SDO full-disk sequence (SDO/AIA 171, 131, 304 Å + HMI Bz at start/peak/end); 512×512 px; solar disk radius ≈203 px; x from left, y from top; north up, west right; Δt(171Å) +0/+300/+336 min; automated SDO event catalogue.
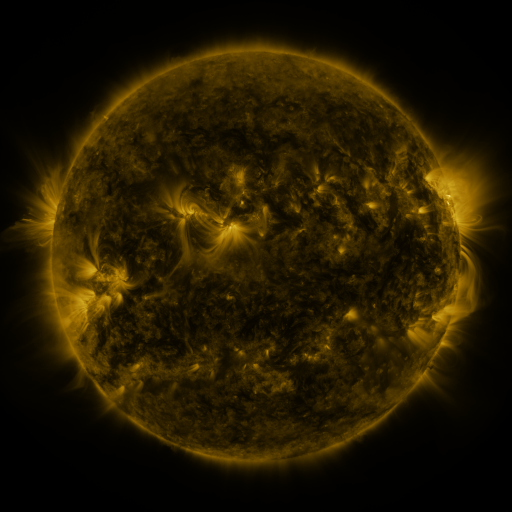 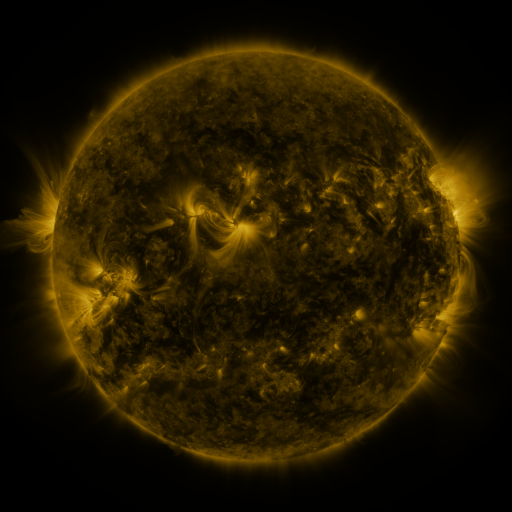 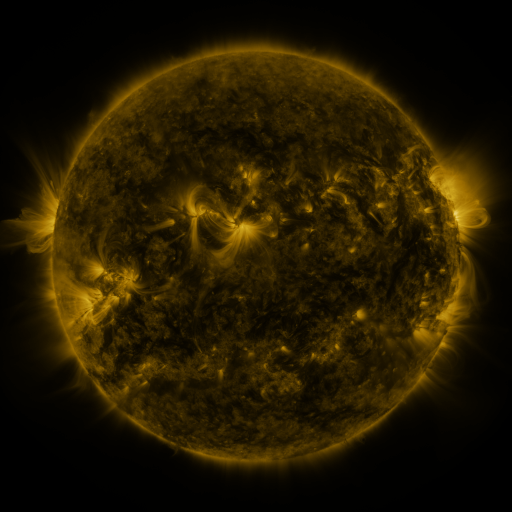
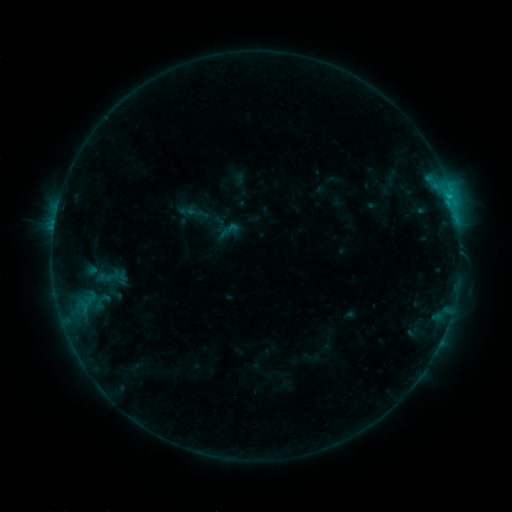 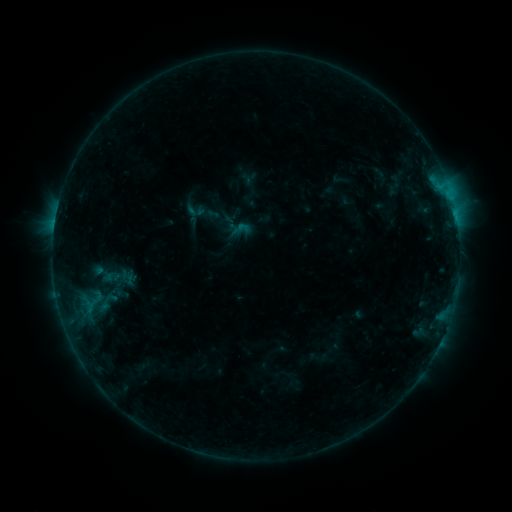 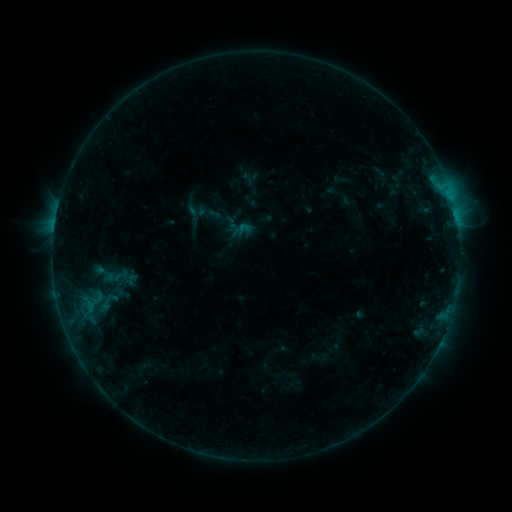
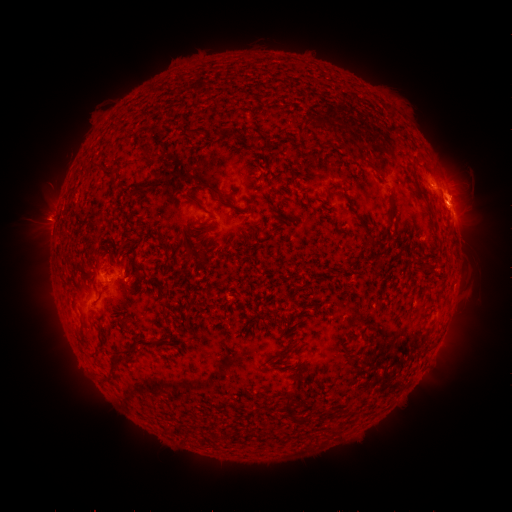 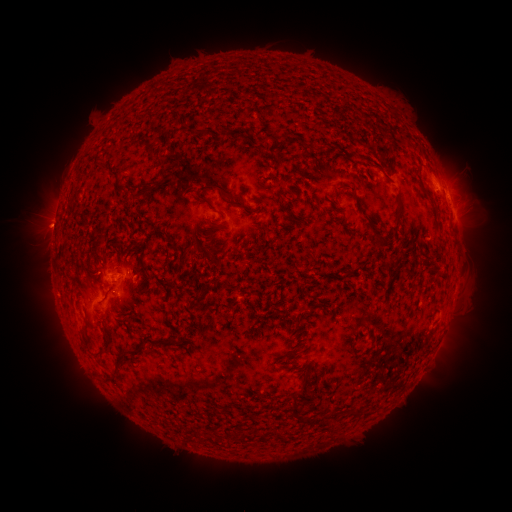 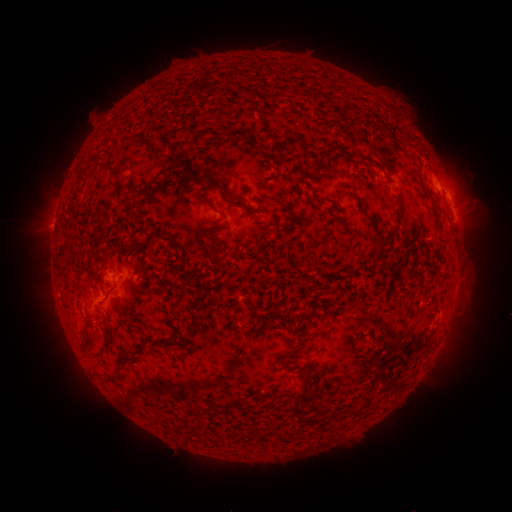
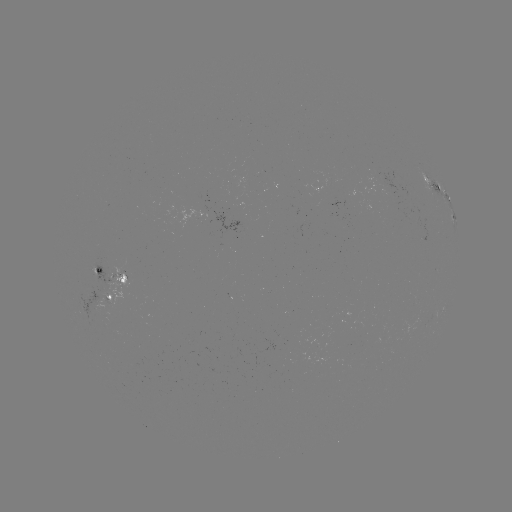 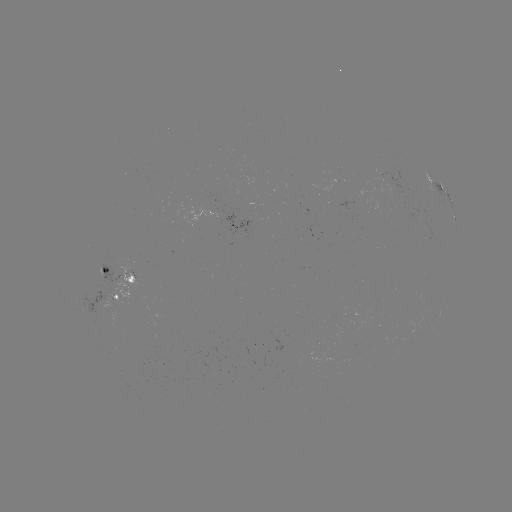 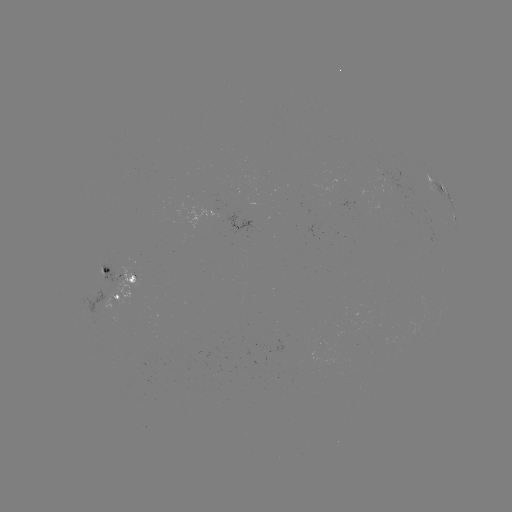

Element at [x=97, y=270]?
emerging-flux region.